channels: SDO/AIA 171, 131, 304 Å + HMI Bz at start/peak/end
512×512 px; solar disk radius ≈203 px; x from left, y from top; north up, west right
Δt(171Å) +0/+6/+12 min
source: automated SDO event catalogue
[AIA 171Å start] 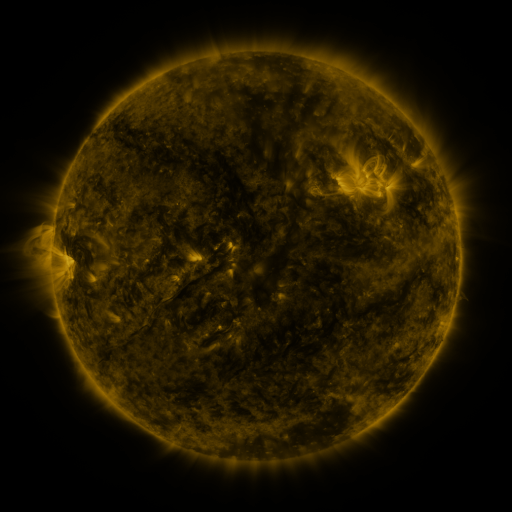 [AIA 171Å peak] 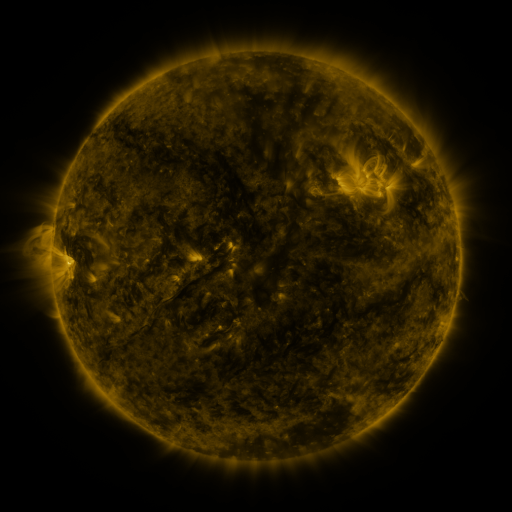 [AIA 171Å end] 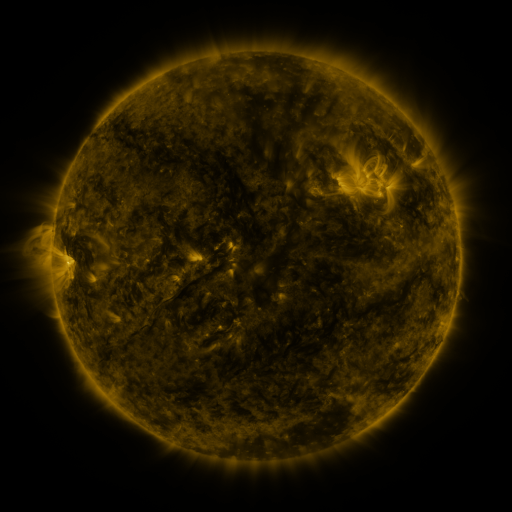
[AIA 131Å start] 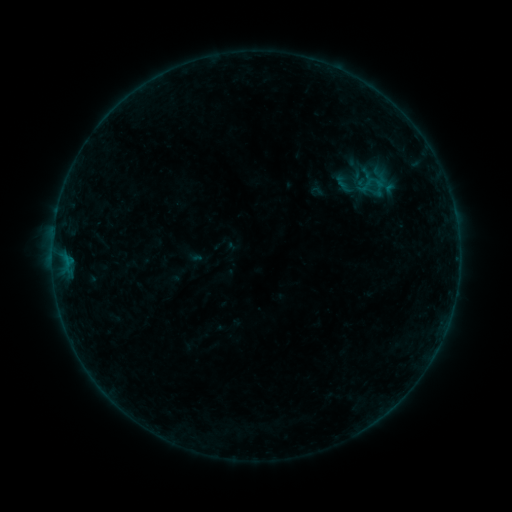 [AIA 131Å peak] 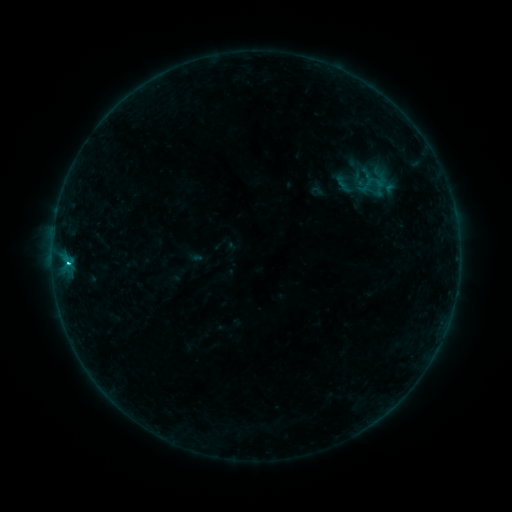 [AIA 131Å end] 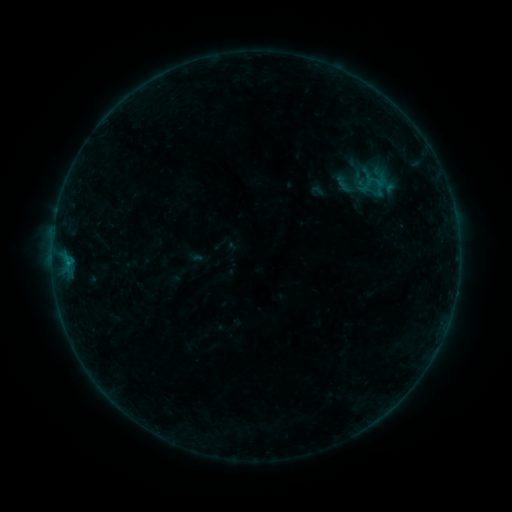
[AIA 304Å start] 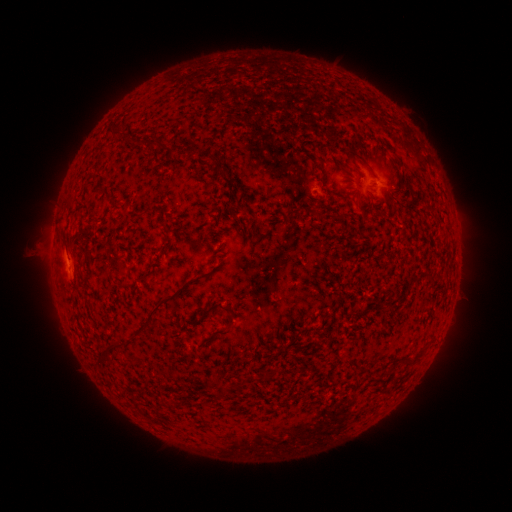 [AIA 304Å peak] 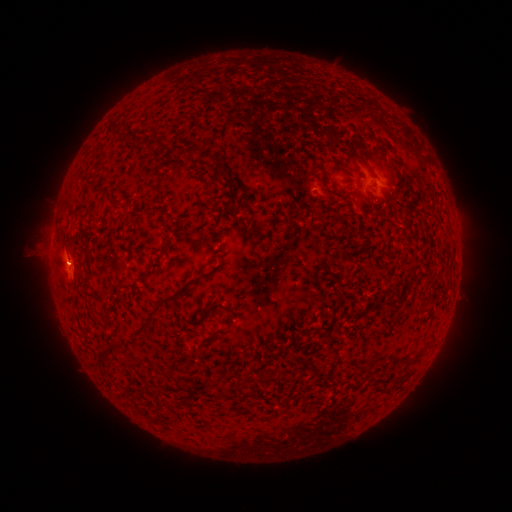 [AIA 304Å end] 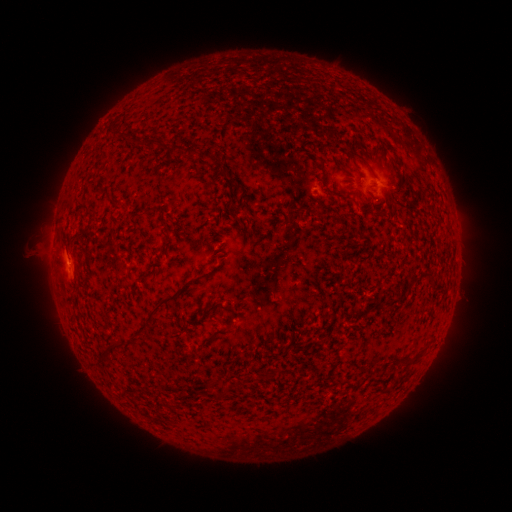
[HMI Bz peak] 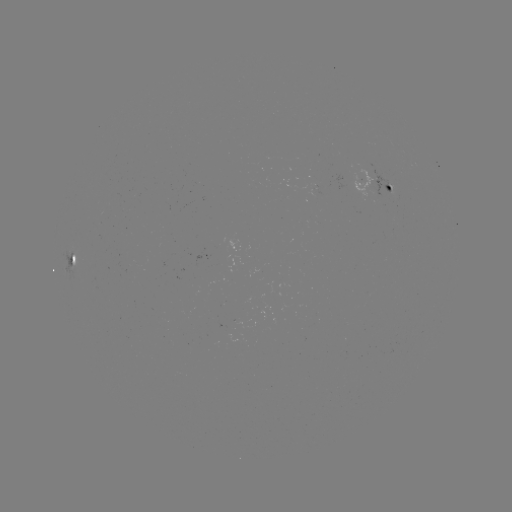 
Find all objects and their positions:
B6.5 flare: (69, 260)
